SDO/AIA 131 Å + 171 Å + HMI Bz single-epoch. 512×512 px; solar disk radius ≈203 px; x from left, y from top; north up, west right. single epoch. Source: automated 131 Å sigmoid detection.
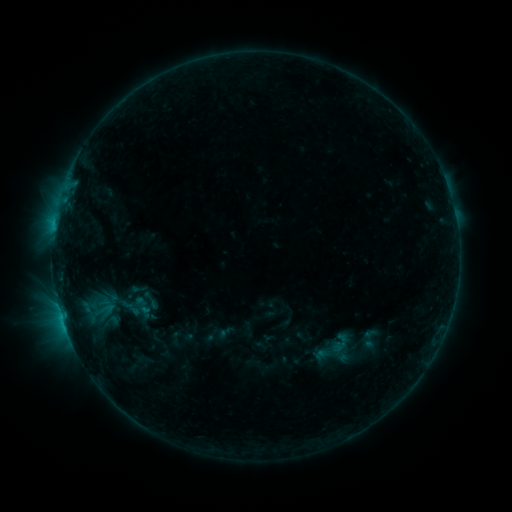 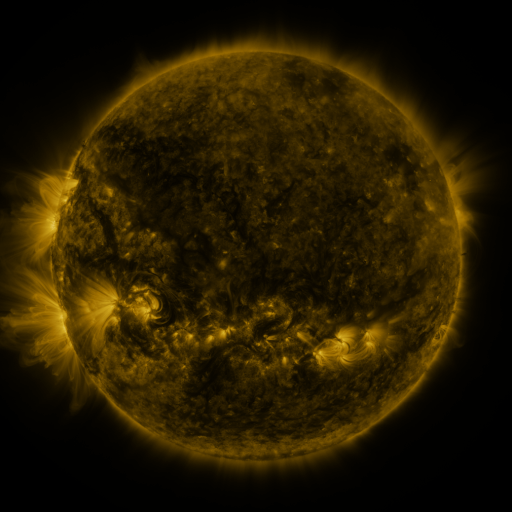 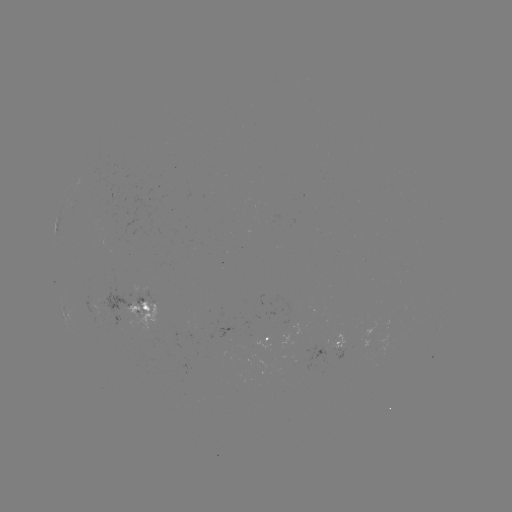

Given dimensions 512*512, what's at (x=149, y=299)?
sigmoid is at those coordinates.